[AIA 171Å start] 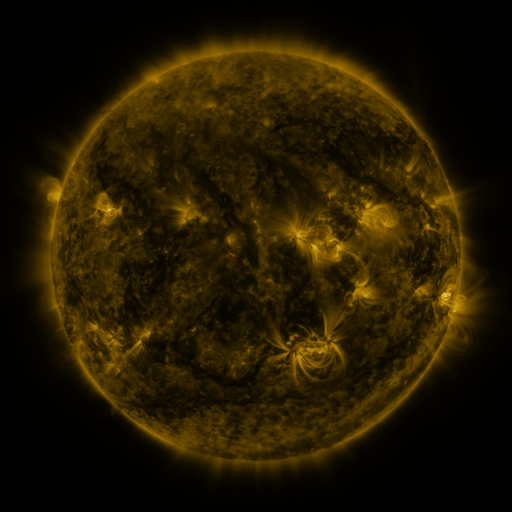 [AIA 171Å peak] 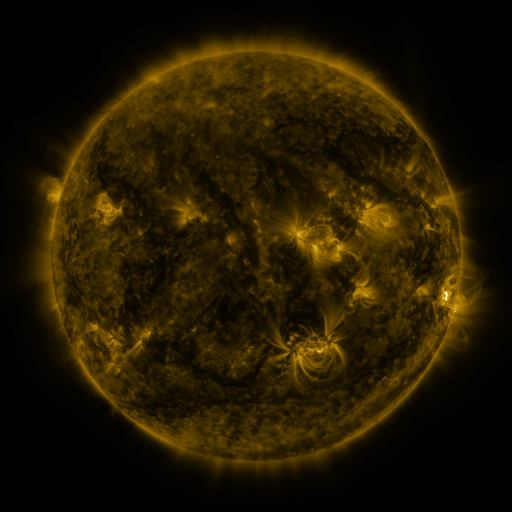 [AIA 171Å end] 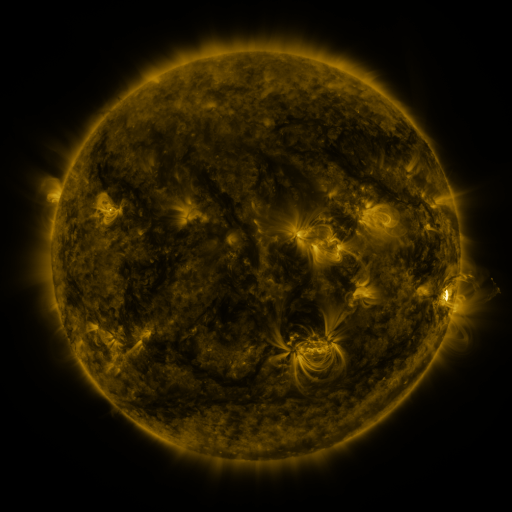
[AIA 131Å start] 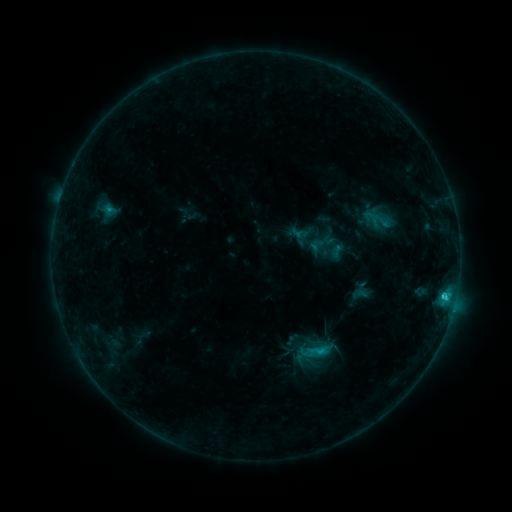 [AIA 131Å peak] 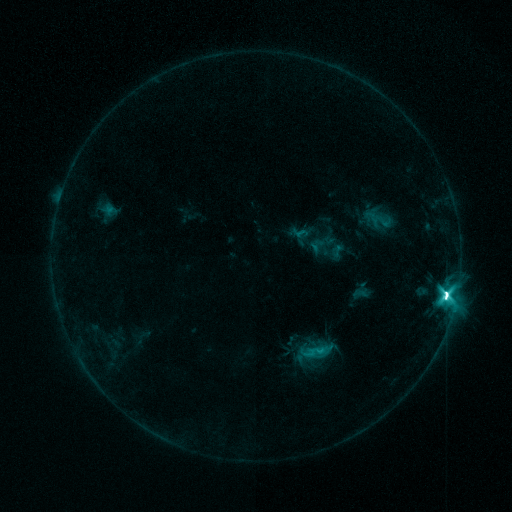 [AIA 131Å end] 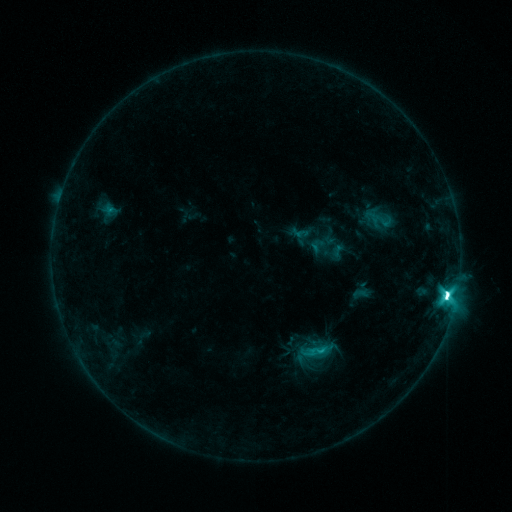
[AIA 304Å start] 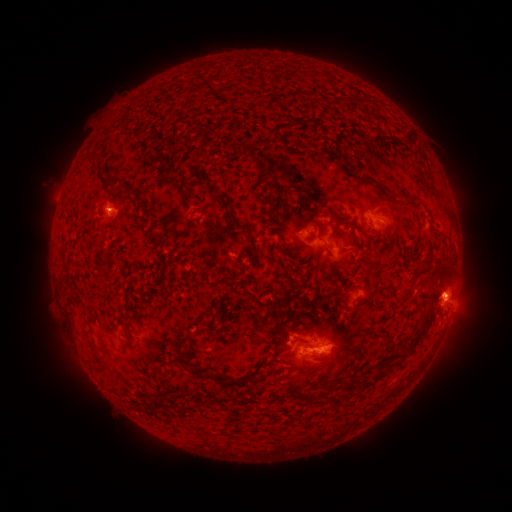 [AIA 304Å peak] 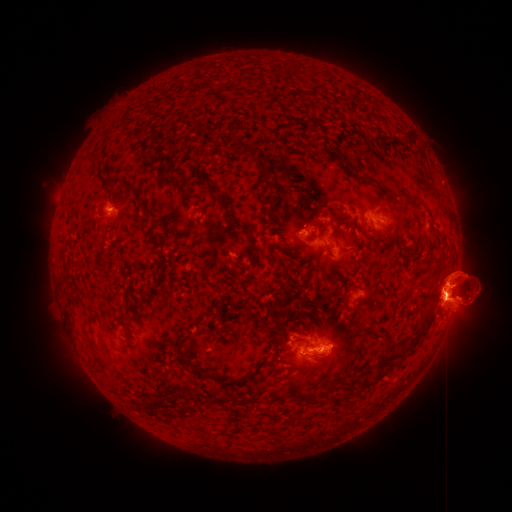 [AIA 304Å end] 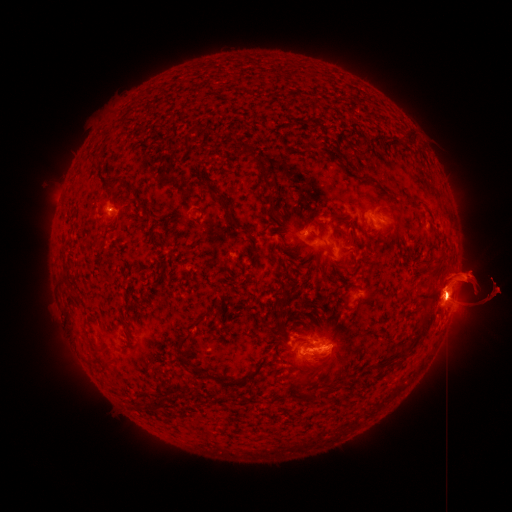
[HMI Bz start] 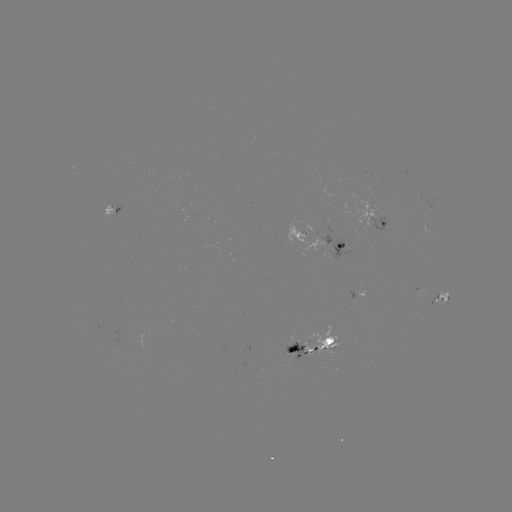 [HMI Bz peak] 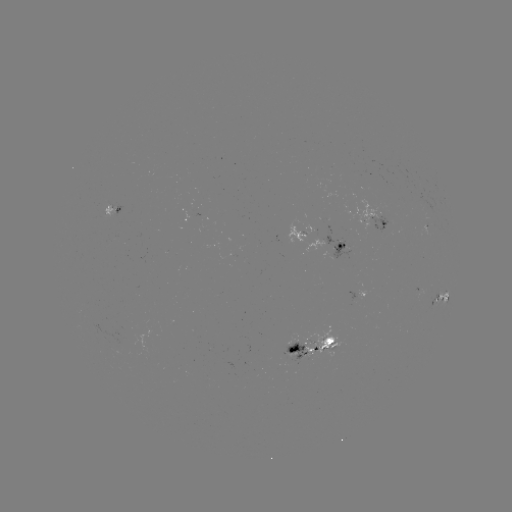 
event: flare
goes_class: M3.6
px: (446, 291)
